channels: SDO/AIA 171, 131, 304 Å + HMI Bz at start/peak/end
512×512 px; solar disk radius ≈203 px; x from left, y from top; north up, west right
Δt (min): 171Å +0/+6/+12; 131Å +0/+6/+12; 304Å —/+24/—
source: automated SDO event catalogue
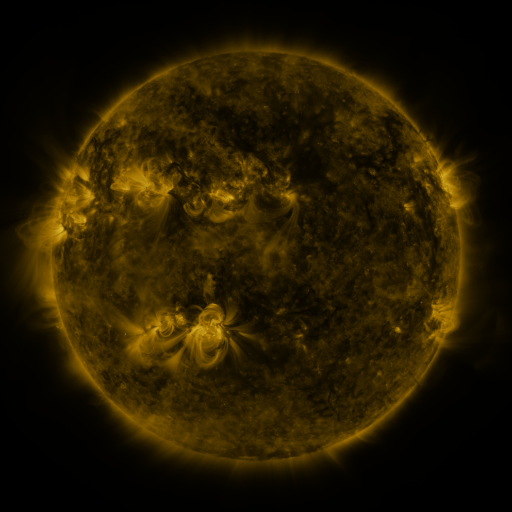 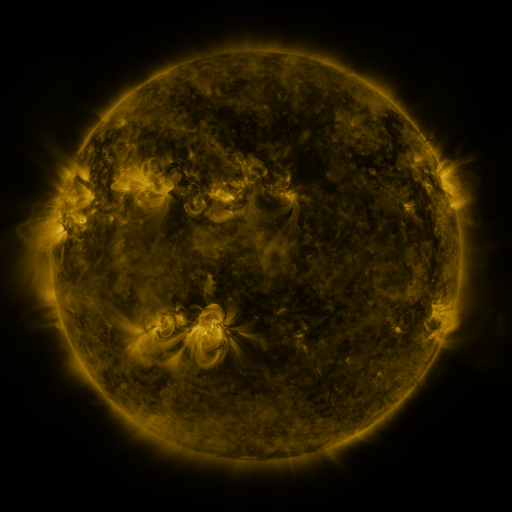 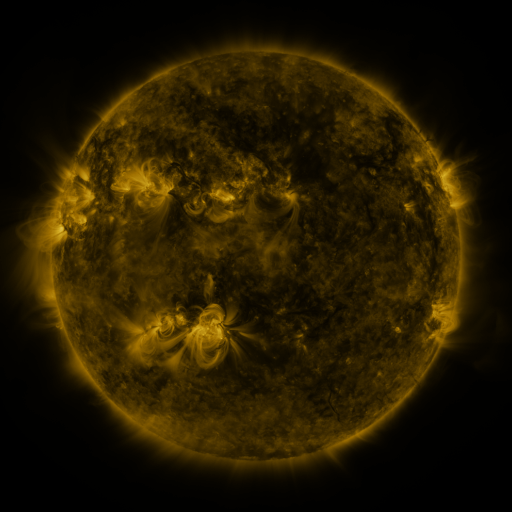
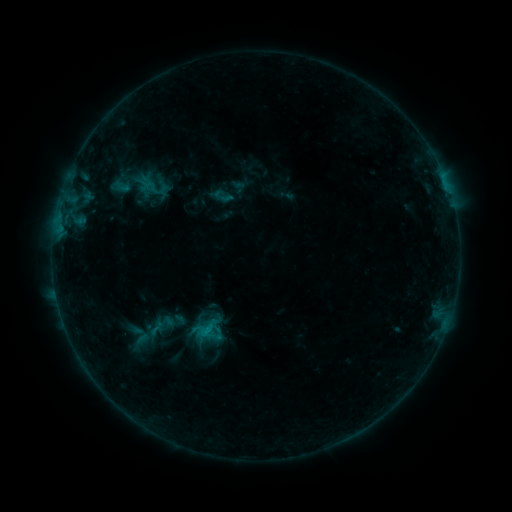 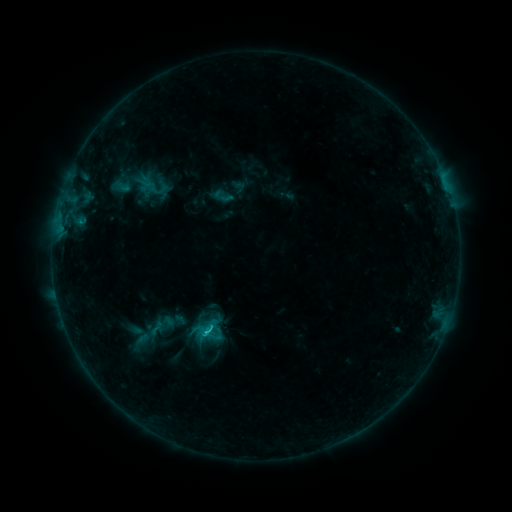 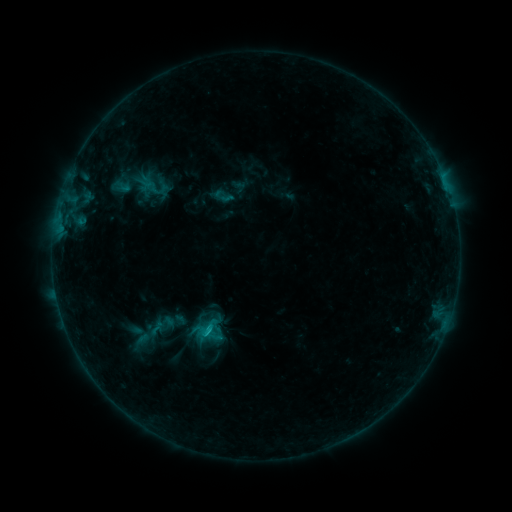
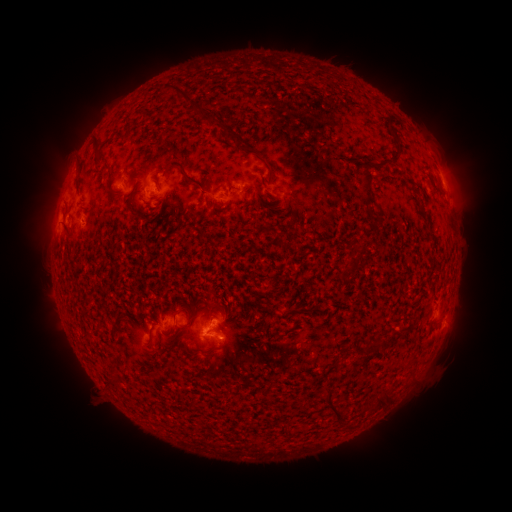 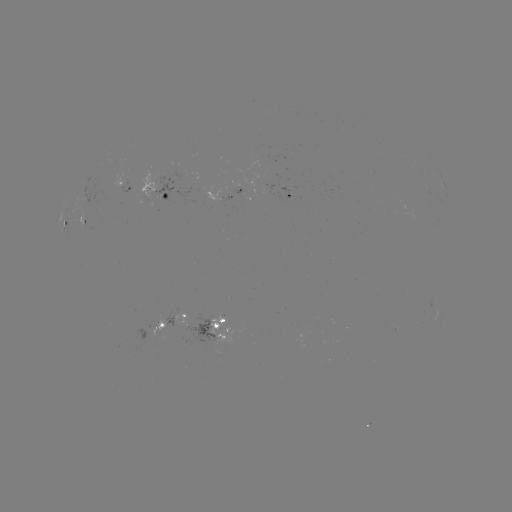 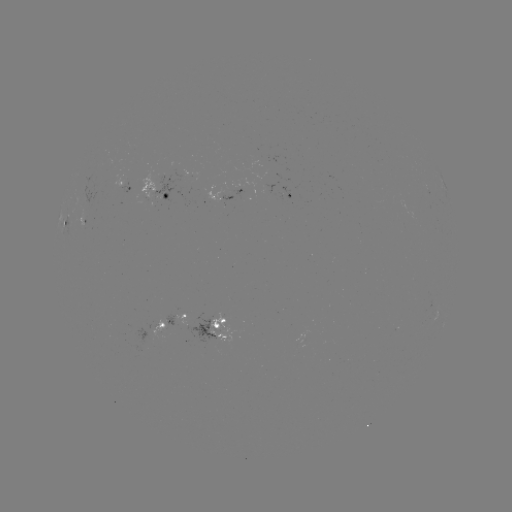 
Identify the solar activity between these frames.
C1.2 flare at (207, 330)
